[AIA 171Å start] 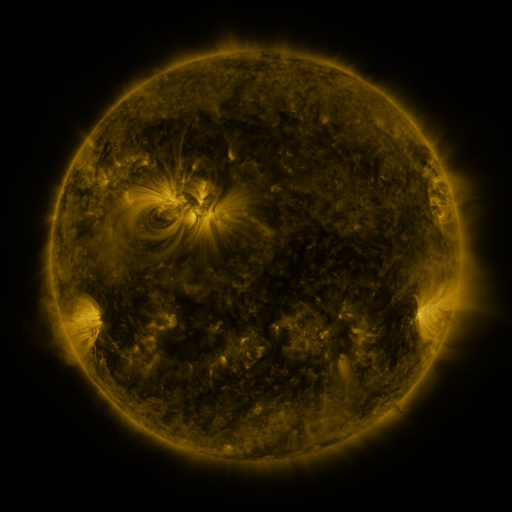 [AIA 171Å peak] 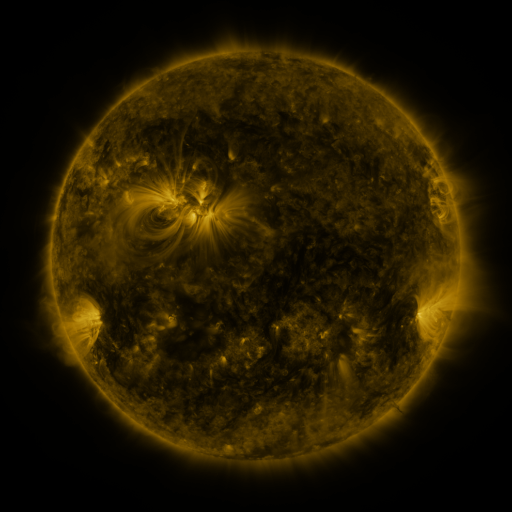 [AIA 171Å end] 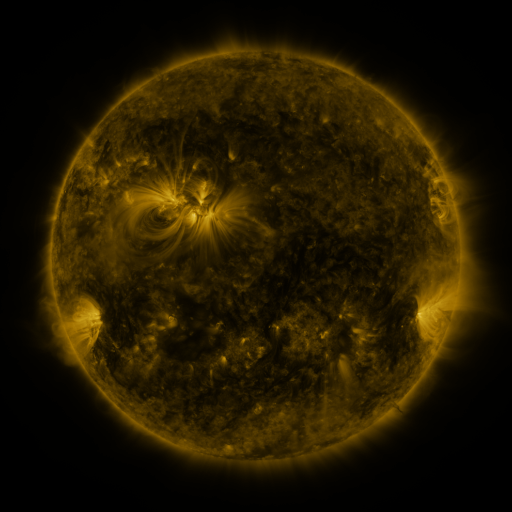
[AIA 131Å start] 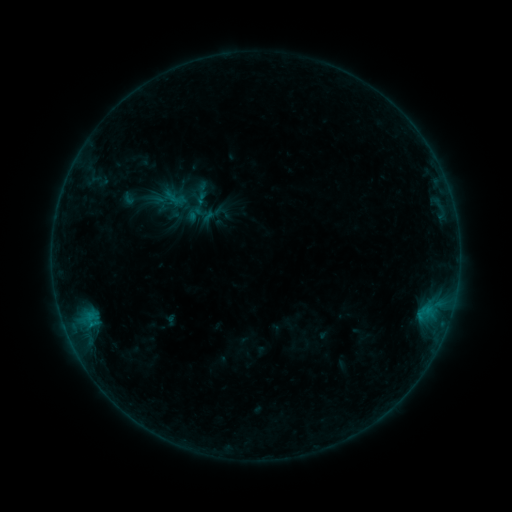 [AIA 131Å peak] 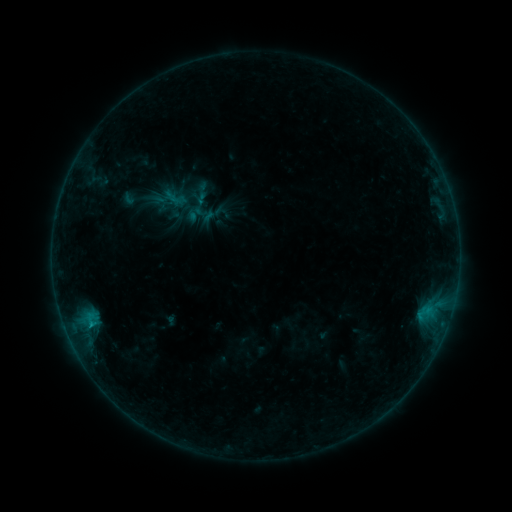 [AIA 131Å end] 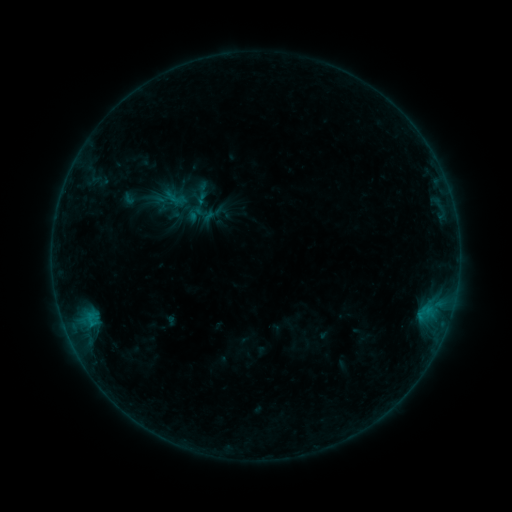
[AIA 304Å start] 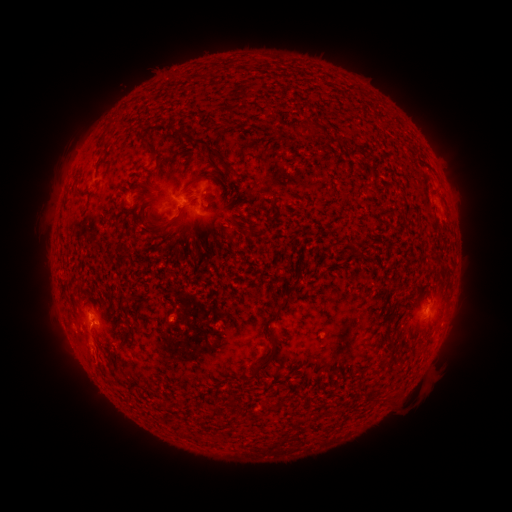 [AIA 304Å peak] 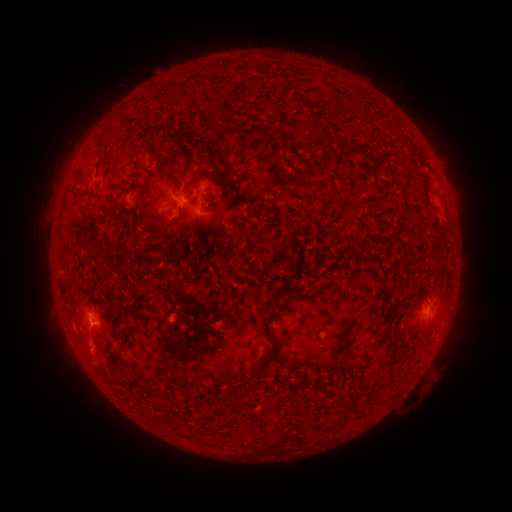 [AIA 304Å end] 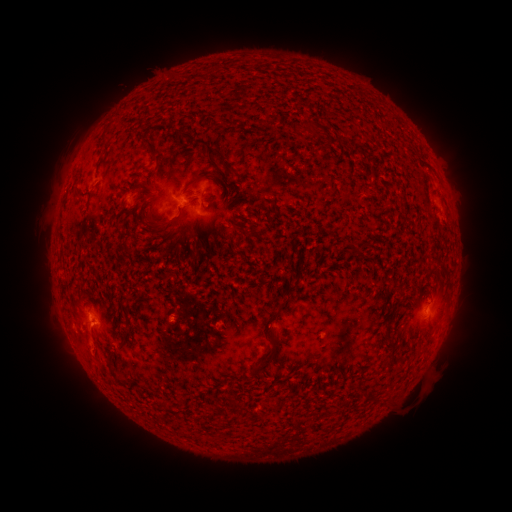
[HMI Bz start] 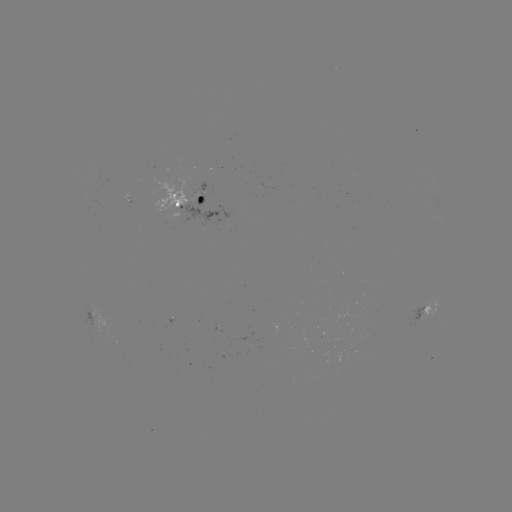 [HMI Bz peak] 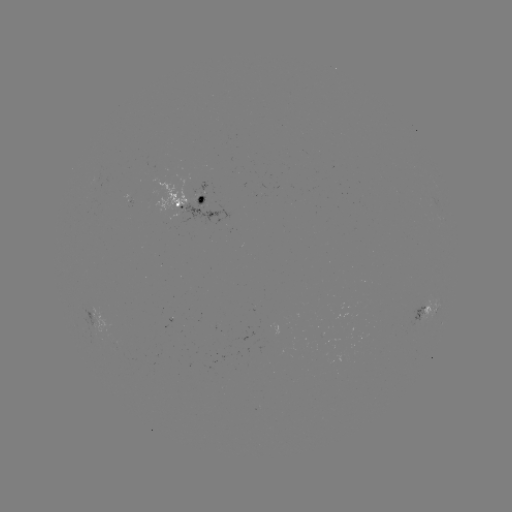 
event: flare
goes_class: B4.5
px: (93, 321)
